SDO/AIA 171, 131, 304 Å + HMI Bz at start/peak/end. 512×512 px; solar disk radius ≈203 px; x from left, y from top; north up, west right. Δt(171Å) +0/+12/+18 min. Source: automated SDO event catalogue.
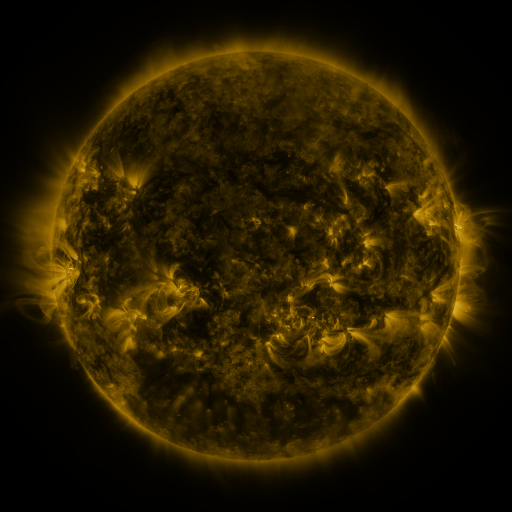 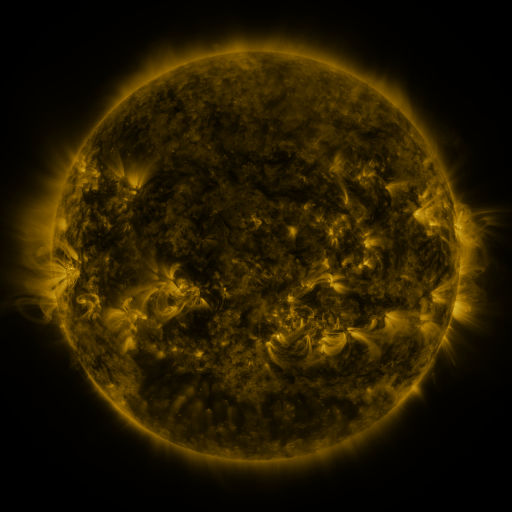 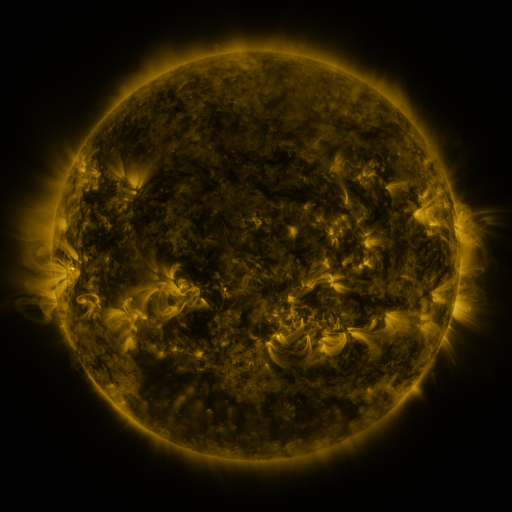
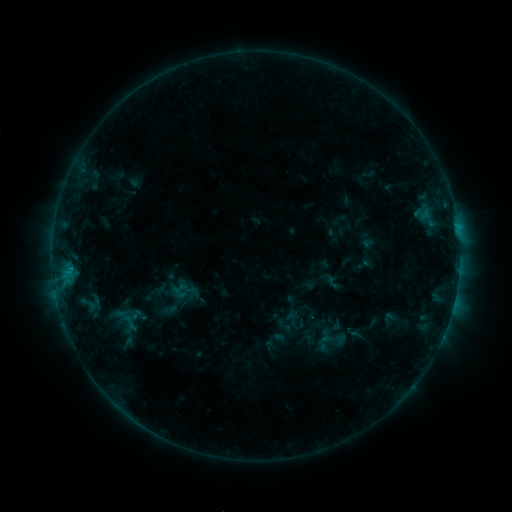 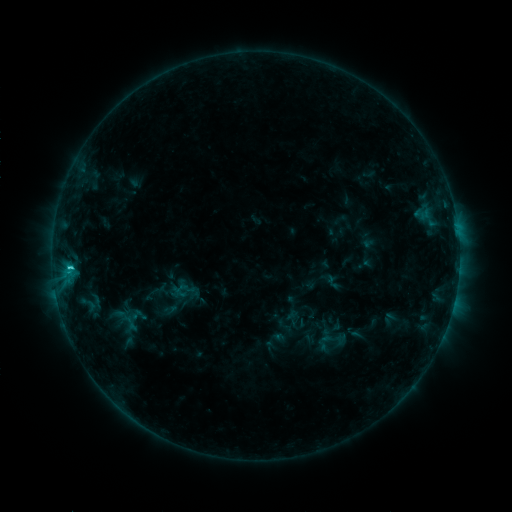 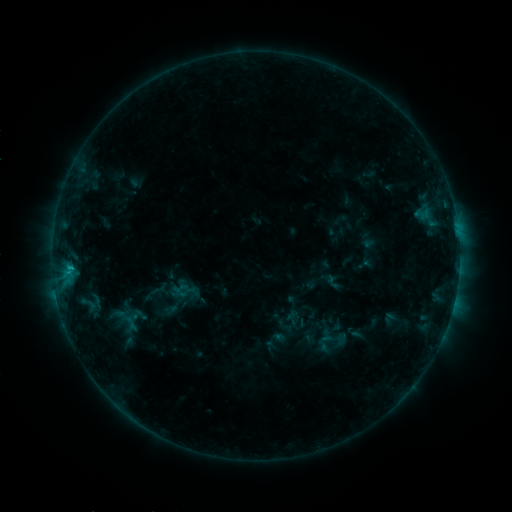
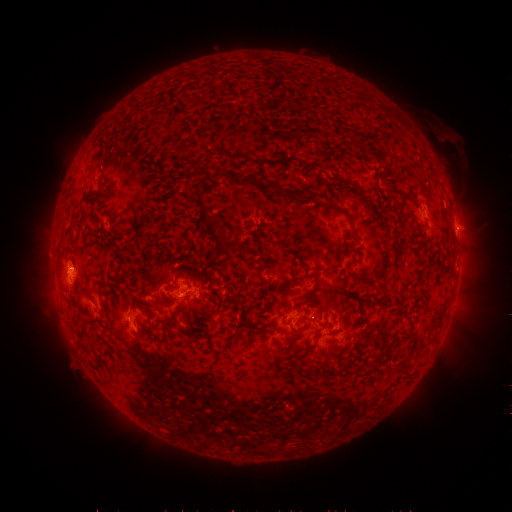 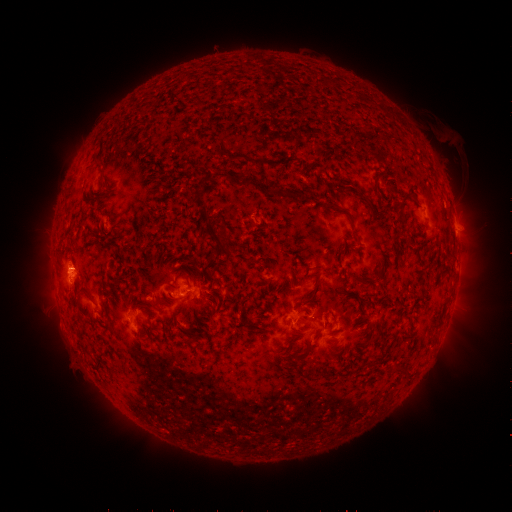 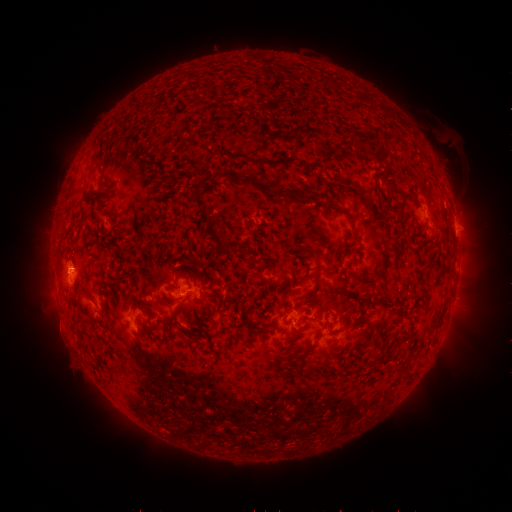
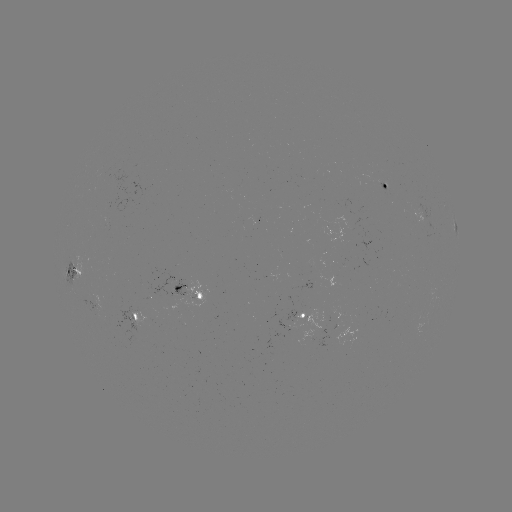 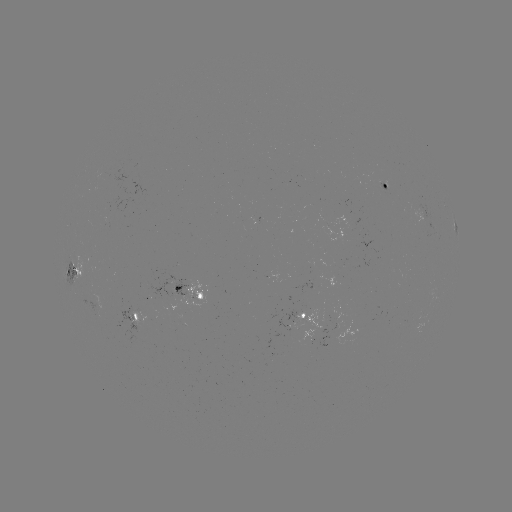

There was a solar flare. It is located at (70, 266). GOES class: C1.5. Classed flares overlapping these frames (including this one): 1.